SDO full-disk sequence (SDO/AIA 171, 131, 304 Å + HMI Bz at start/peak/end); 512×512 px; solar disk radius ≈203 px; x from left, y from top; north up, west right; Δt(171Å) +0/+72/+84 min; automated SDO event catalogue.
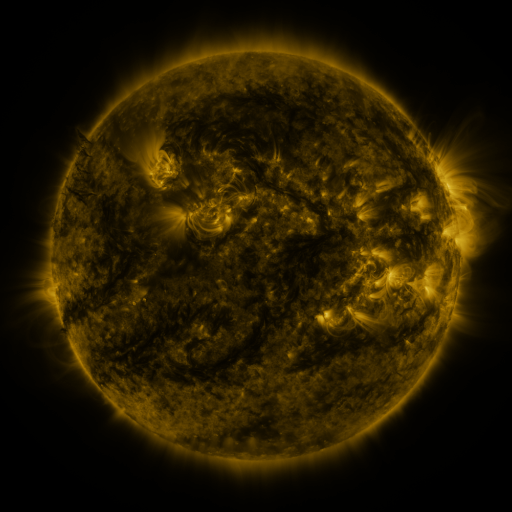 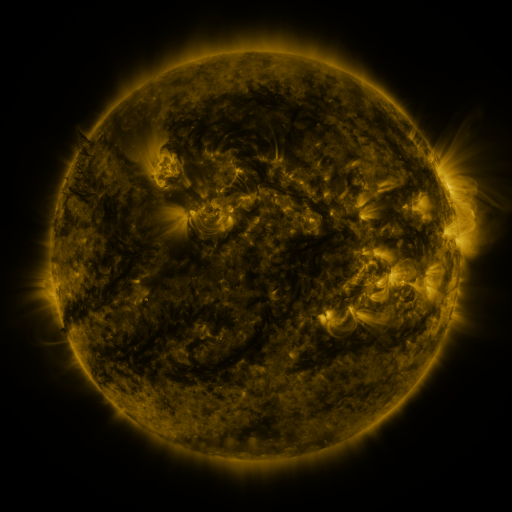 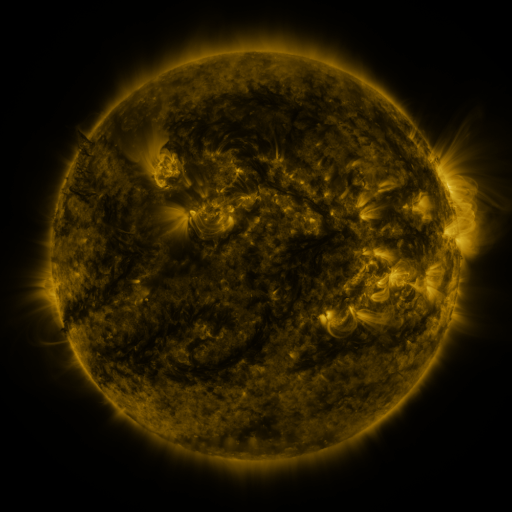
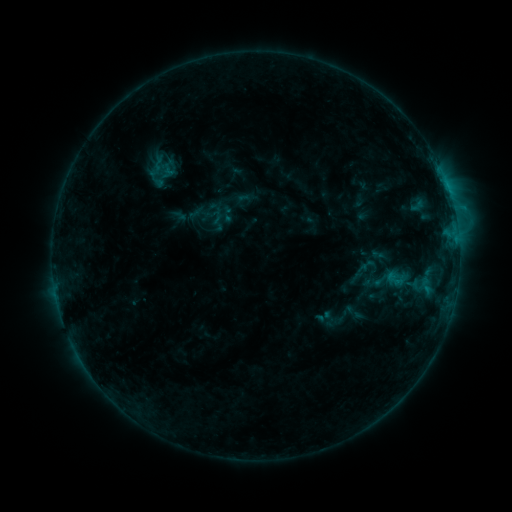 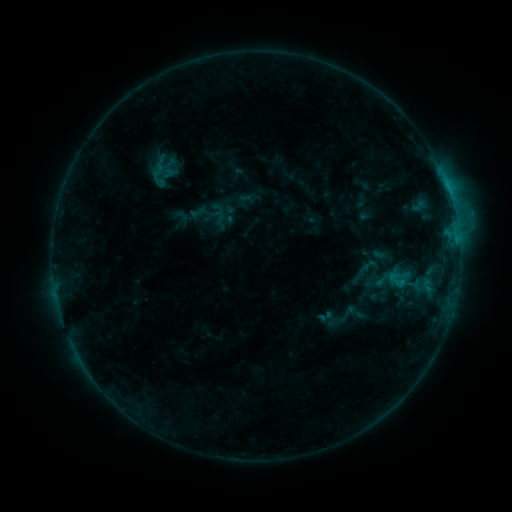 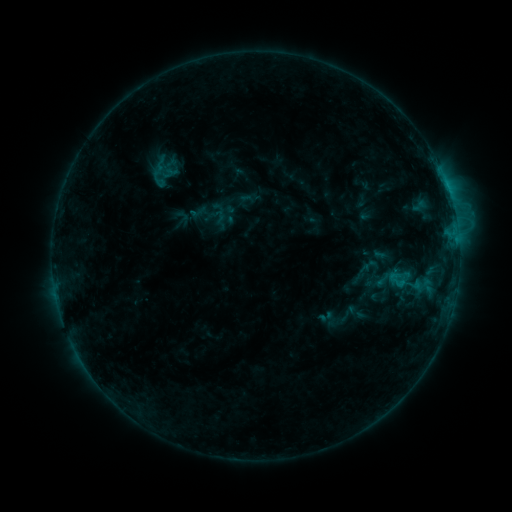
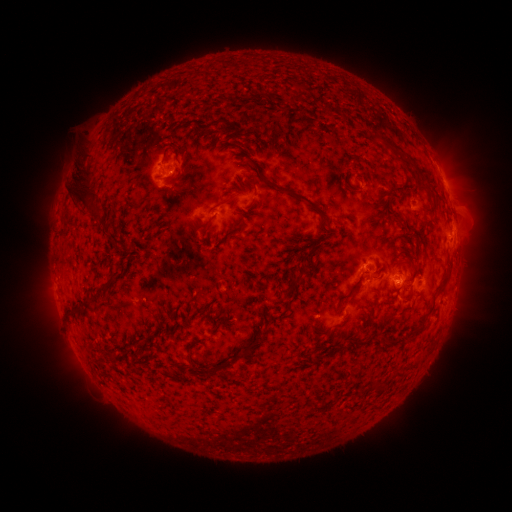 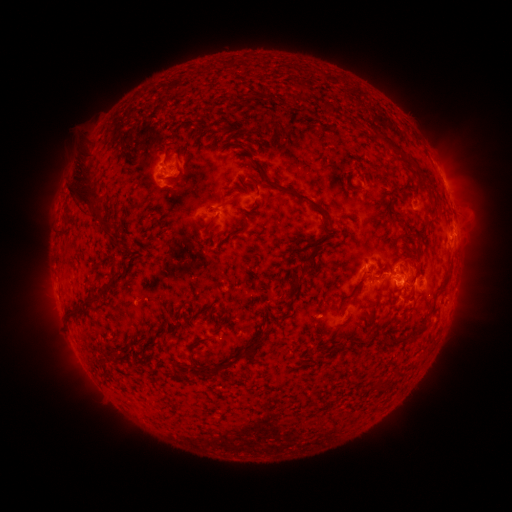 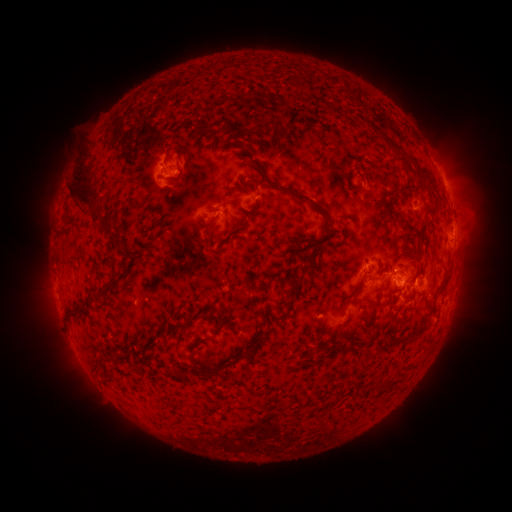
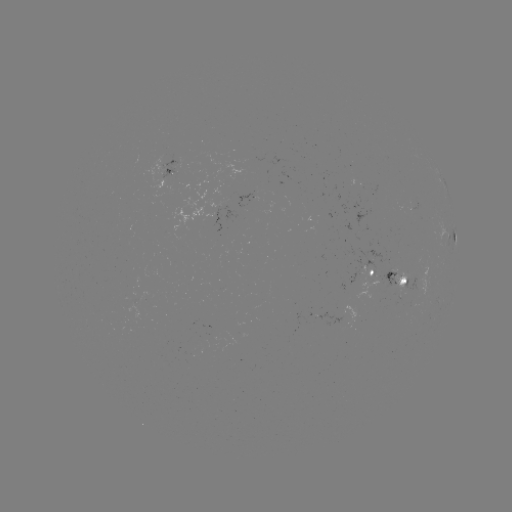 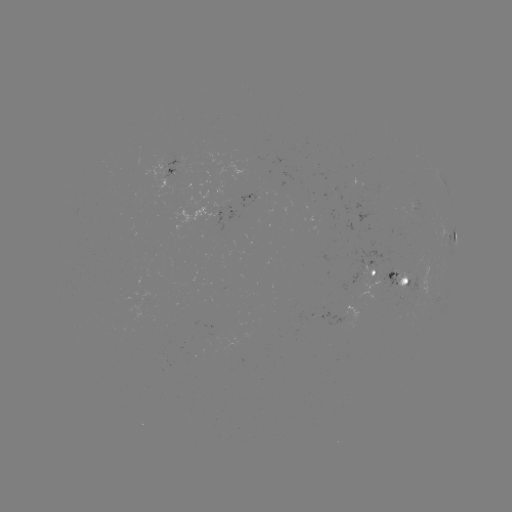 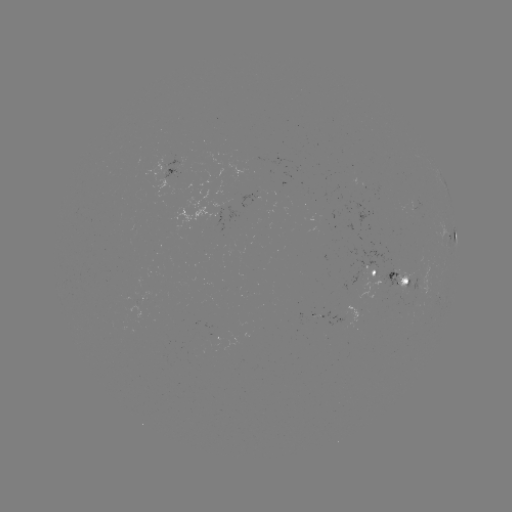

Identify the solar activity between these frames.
emerging-flux region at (175, 170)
